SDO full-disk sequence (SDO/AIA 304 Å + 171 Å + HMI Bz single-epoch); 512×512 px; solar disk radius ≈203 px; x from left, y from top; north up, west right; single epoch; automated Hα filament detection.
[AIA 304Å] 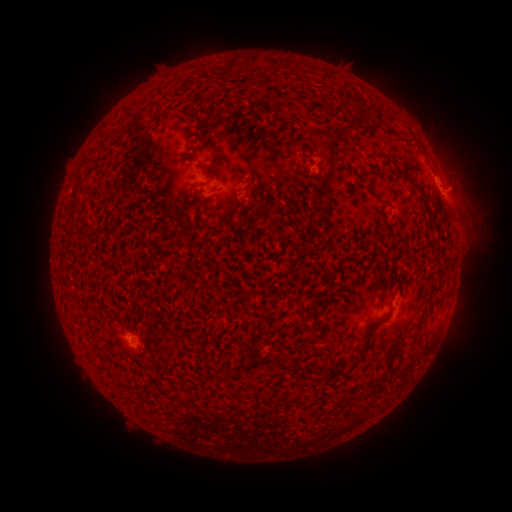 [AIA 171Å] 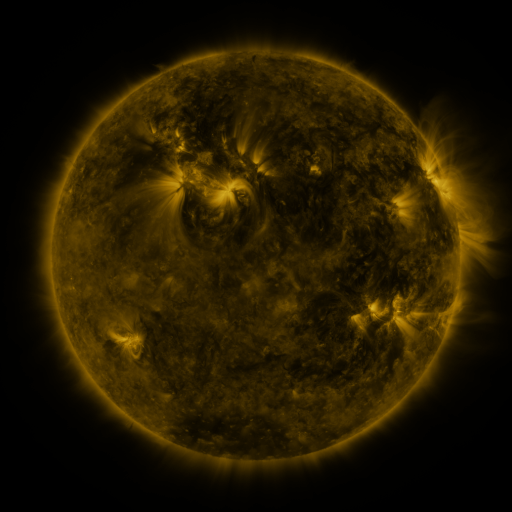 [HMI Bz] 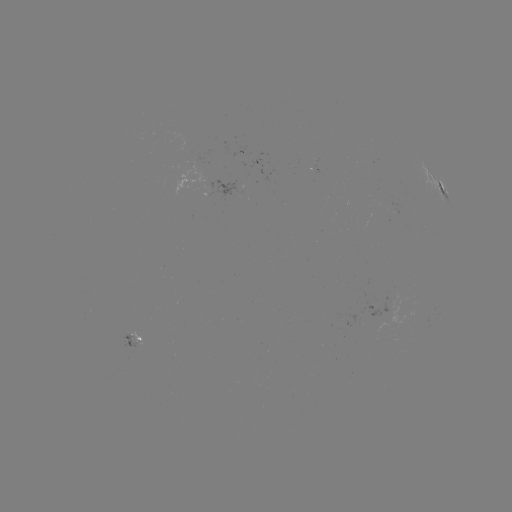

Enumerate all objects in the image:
filament: (255, 61)
filament: (279, 82)
filament: (255, 83)
filament: (196, 114)
filament: (360, 115)
filament: (330, 150)
filament: (250, 191)
filament: (75, 197)
filament: (318, 199)
filament: (267, 209)
filament: (409, 259)
filament: (420, 323)
filament: (427, 345)
filament: (283, 365)
filament: (352, 365)
